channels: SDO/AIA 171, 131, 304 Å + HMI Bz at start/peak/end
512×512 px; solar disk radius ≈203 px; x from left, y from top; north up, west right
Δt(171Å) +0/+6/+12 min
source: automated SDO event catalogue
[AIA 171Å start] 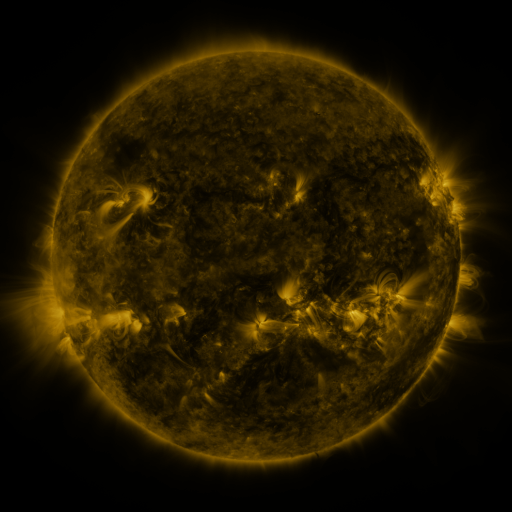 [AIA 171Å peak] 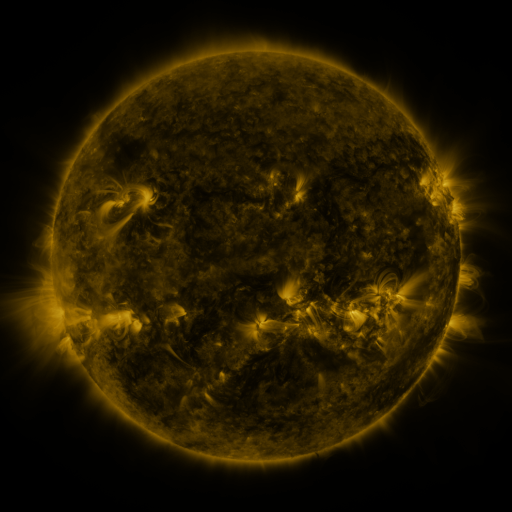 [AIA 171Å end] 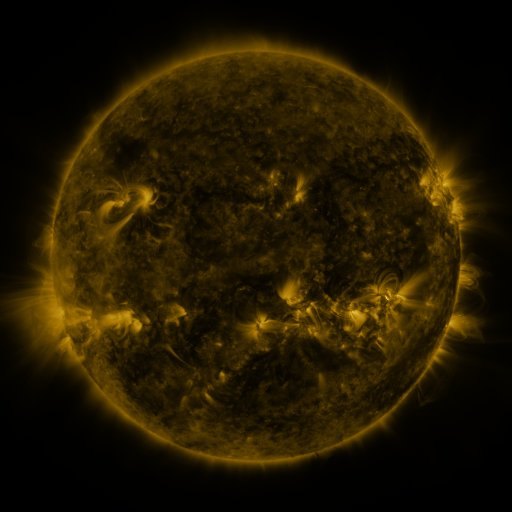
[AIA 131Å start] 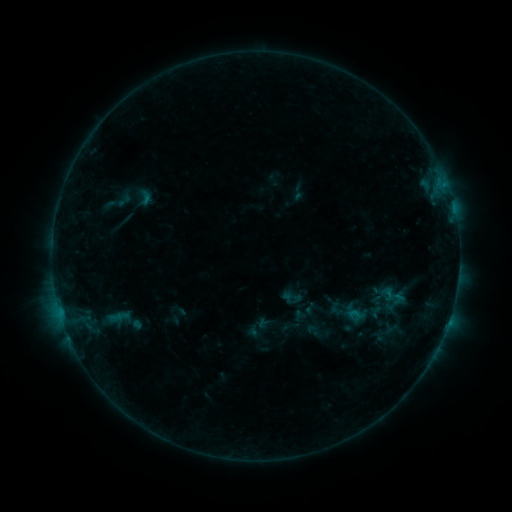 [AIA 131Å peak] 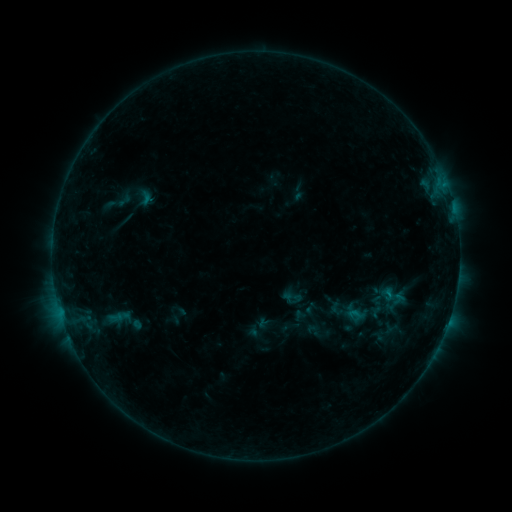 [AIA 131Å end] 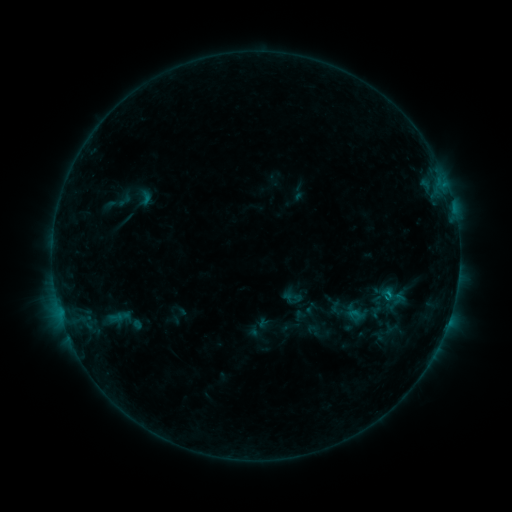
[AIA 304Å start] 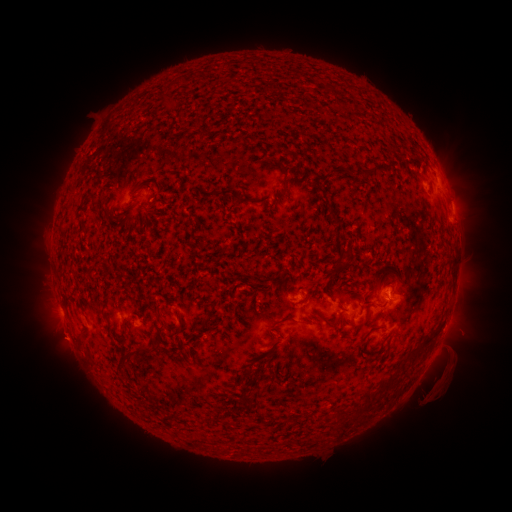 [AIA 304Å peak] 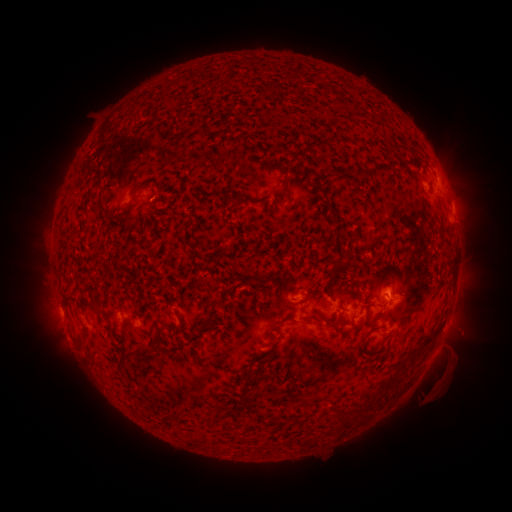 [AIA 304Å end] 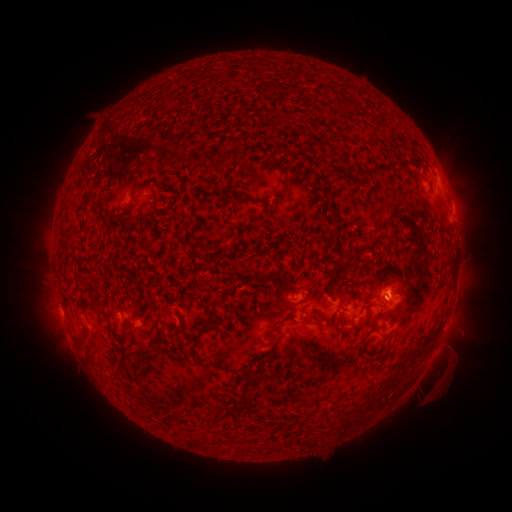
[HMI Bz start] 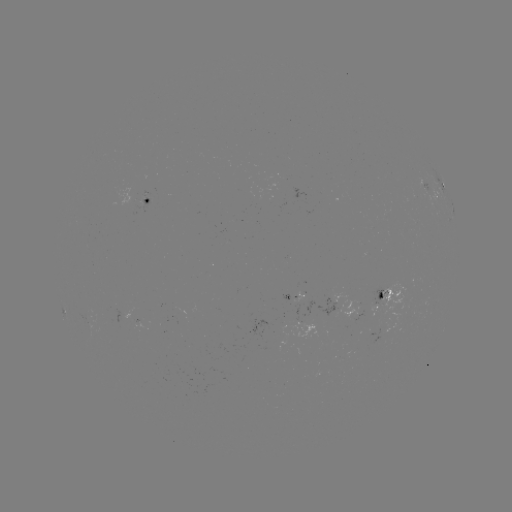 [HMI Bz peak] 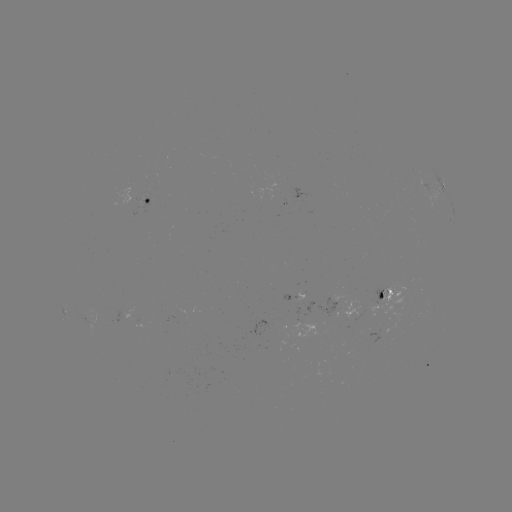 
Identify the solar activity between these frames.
B5.3 flare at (389, 291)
